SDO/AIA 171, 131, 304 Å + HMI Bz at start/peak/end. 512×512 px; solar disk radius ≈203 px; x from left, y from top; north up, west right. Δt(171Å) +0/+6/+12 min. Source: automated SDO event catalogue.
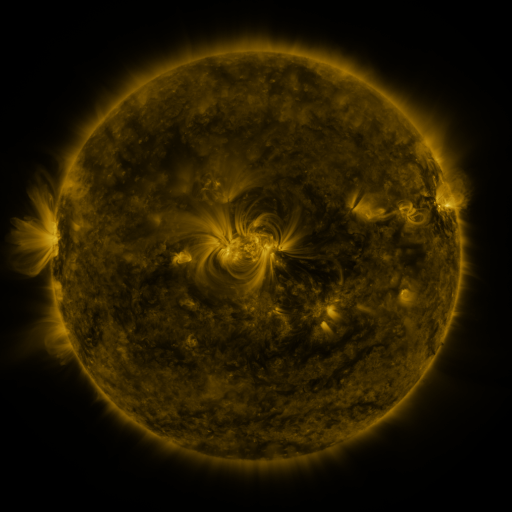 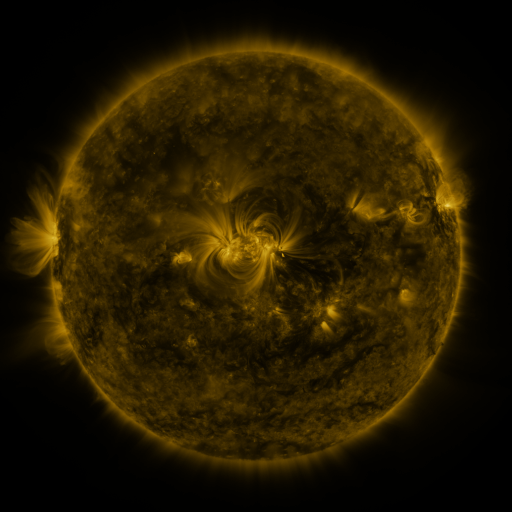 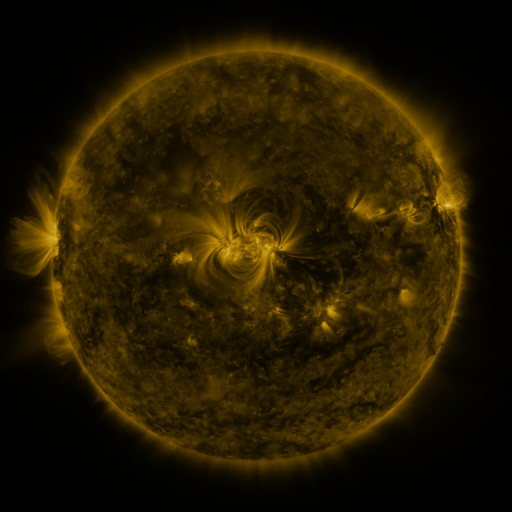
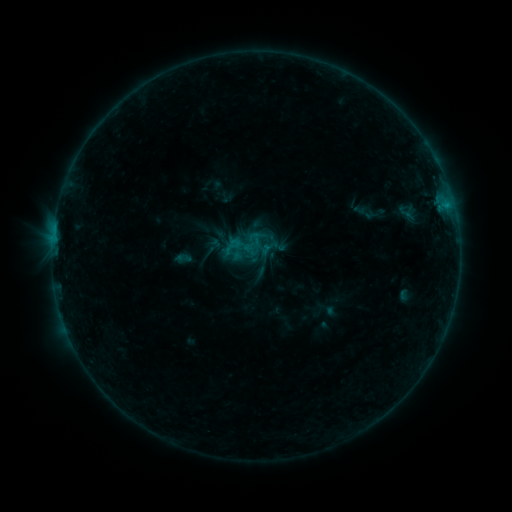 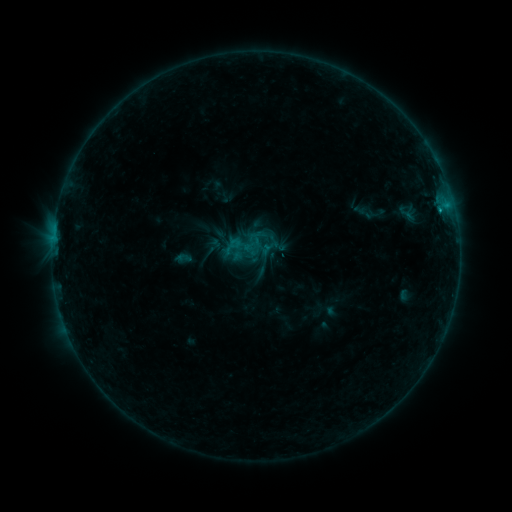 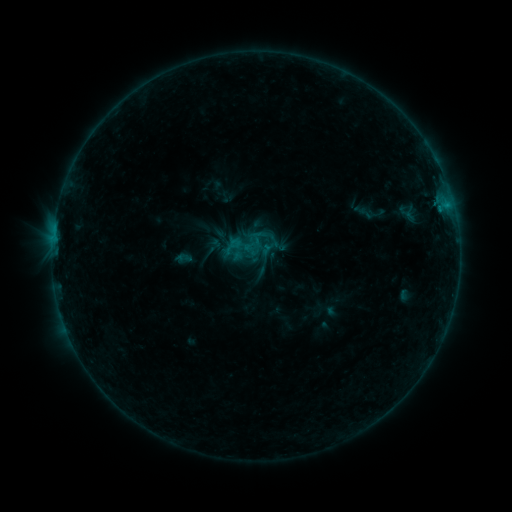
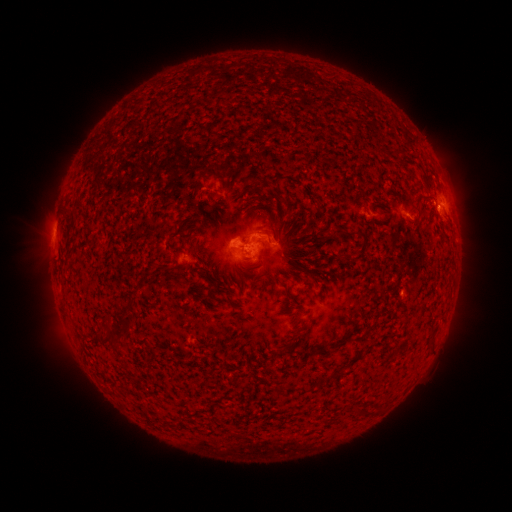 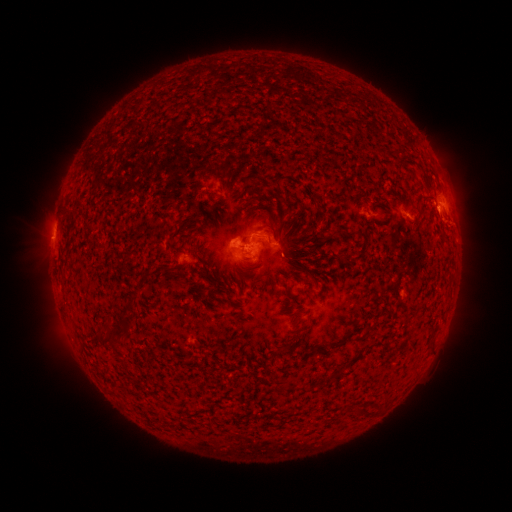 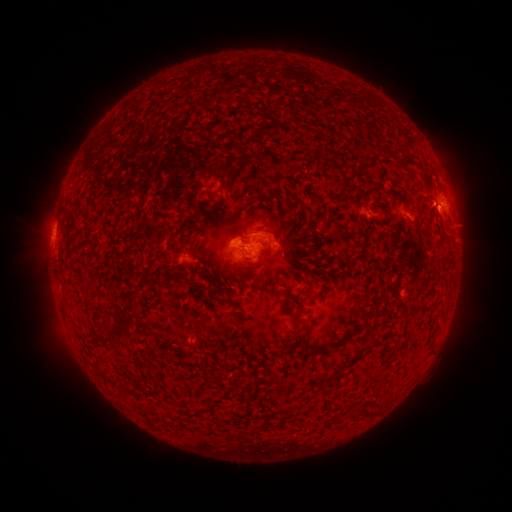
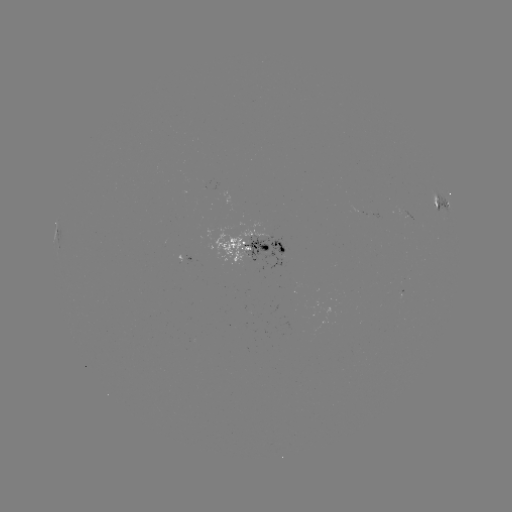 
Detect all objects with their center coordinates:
eruption: (452, 227)
